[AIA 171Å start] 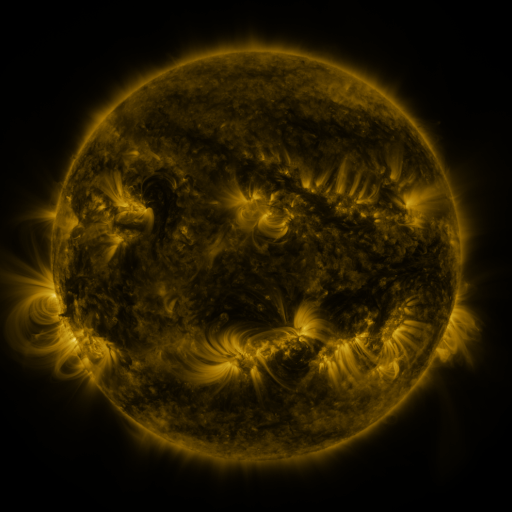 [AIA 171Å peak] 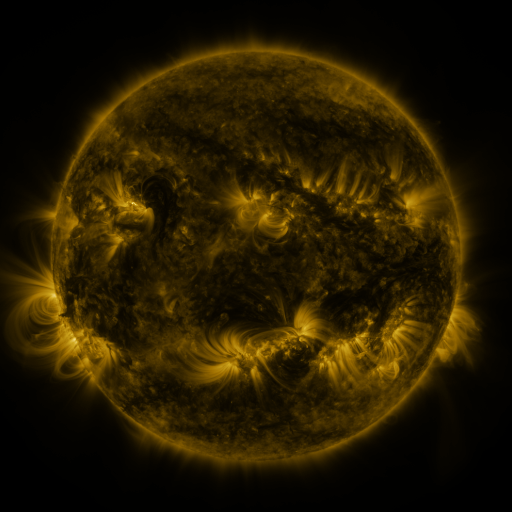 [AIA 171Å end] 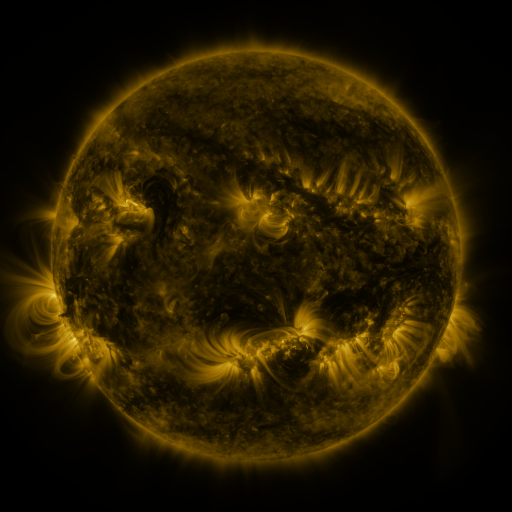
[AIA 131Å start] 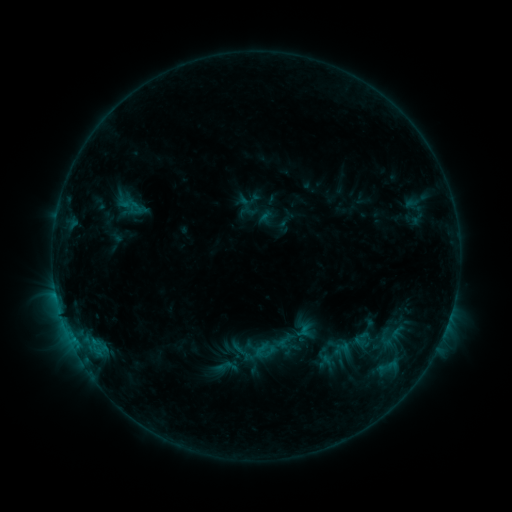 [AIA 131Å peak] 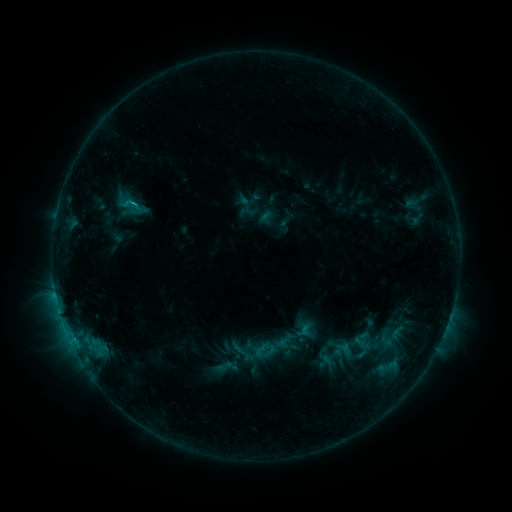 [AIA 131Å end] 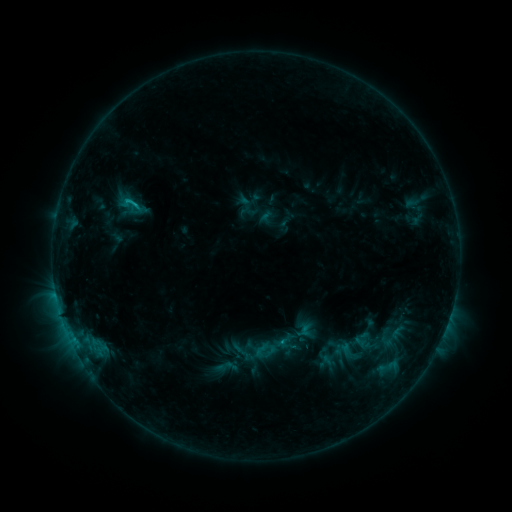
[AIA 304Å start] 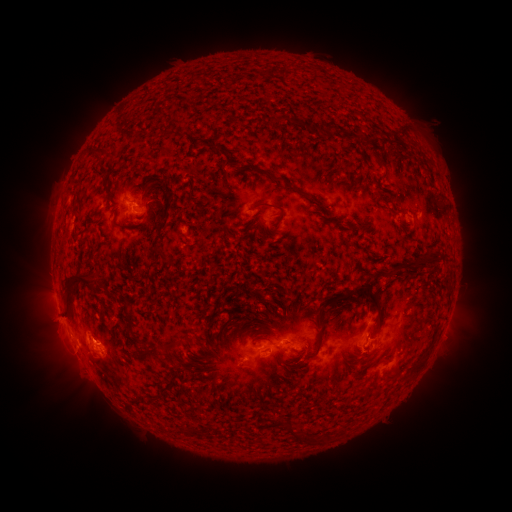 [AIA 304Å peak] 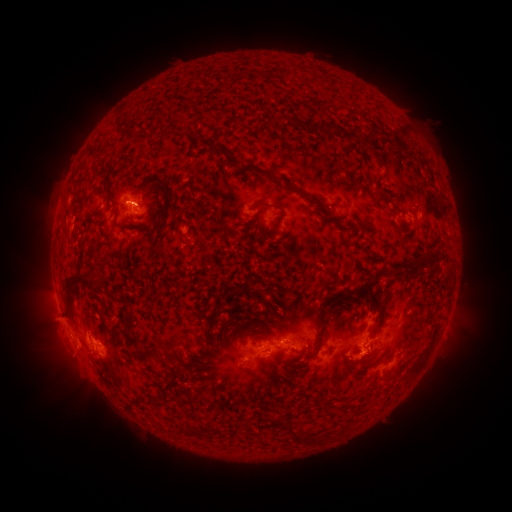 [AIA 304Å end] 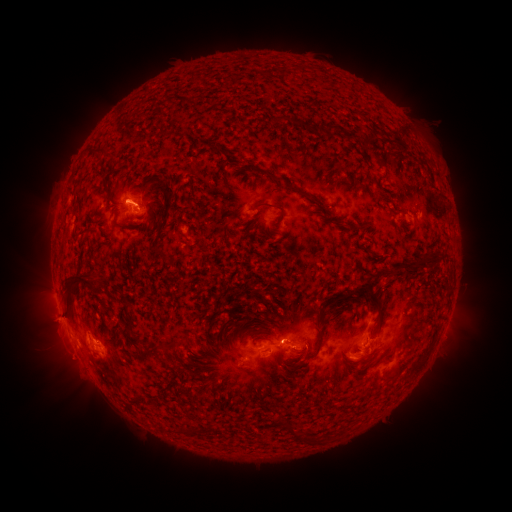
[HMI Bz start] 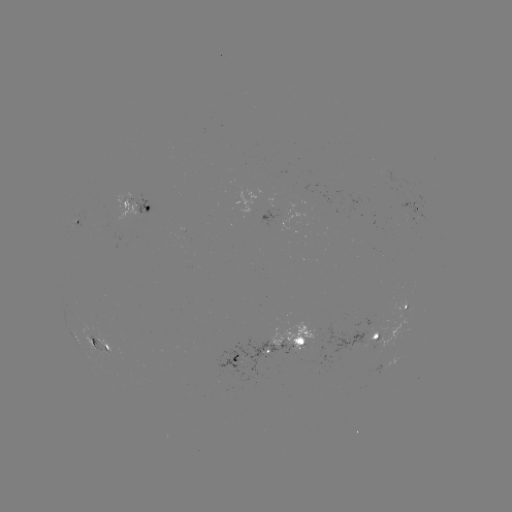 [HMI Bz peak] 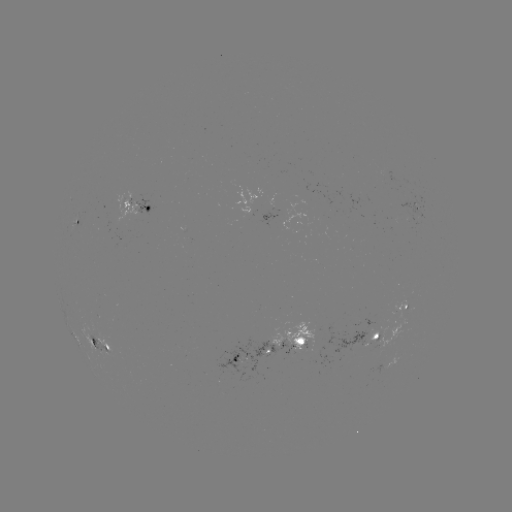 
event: eruption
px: (359, 365)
